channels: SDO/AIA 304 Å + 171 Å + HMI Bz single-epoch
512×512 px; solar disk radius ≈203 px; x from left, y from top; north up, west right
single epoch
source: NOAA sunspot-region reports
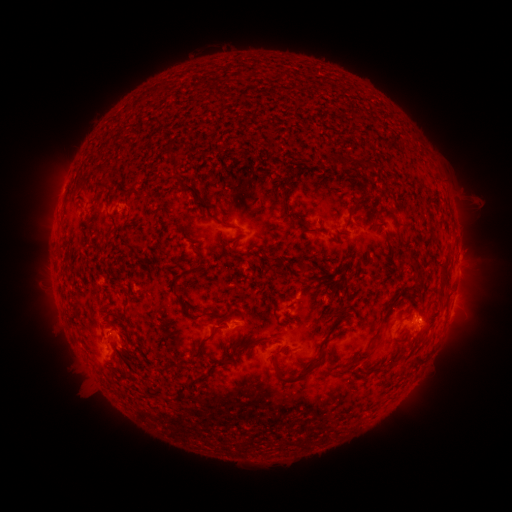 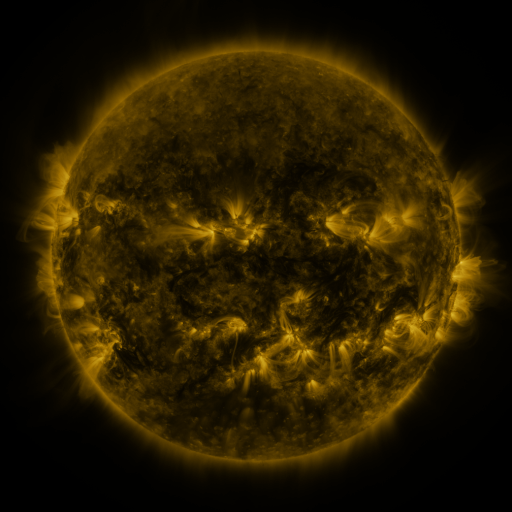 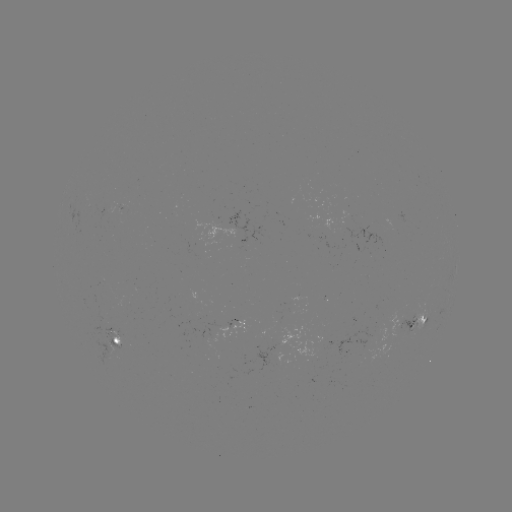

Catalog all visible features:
spotted active region: (458, 258)
spotted active region: (423, 316)
spotted active region: (242, 323)
spotted active region: (122, 346)
